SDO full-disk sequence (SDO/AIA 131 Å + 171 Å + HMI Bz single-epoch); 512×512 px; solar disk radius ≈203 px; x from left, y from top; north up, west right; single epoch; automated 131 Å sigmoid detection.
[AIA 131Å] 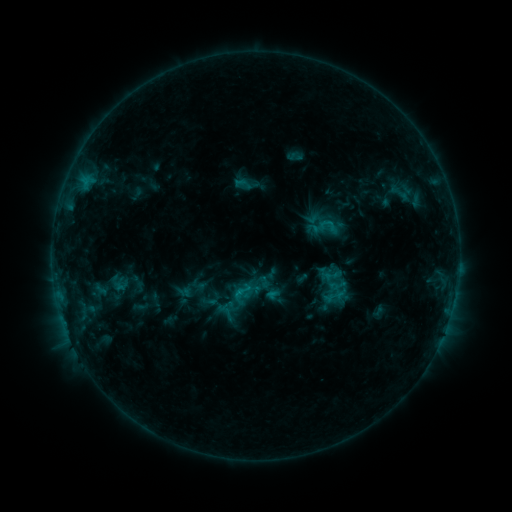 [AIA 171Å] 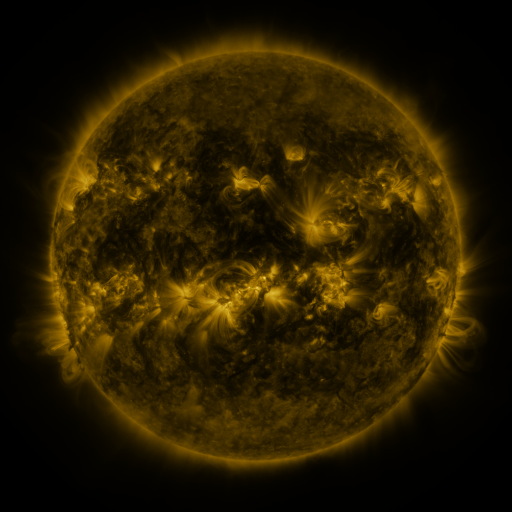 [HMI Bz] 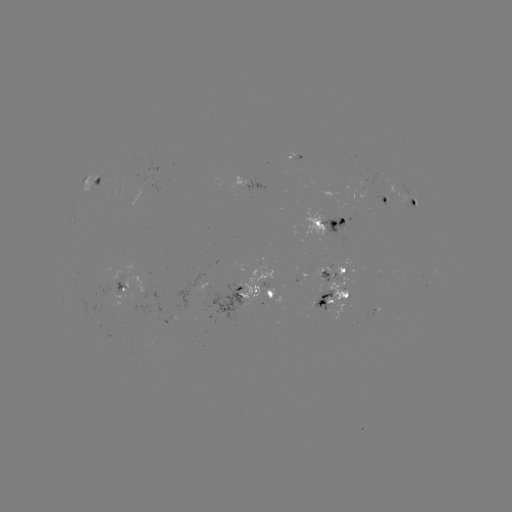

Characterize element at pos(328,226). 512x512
sigmoid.